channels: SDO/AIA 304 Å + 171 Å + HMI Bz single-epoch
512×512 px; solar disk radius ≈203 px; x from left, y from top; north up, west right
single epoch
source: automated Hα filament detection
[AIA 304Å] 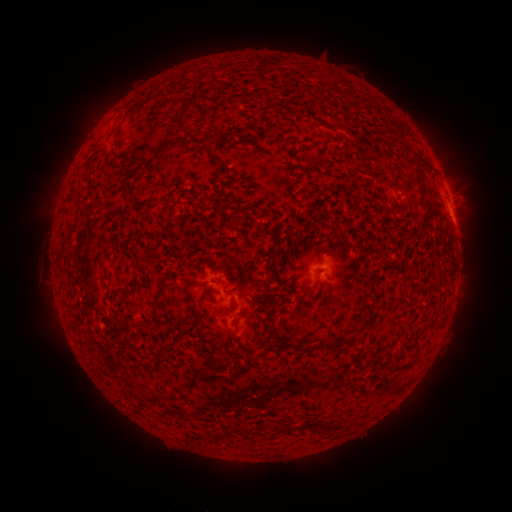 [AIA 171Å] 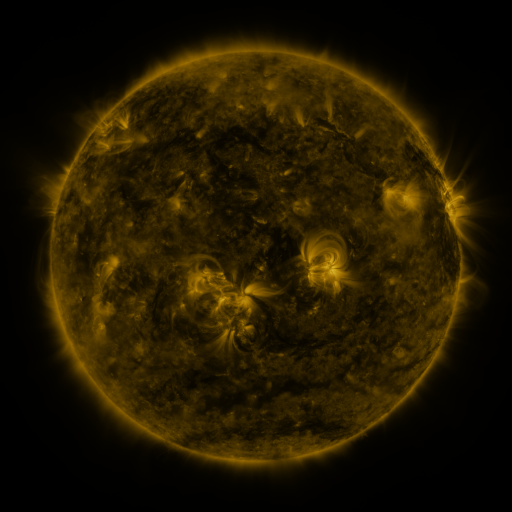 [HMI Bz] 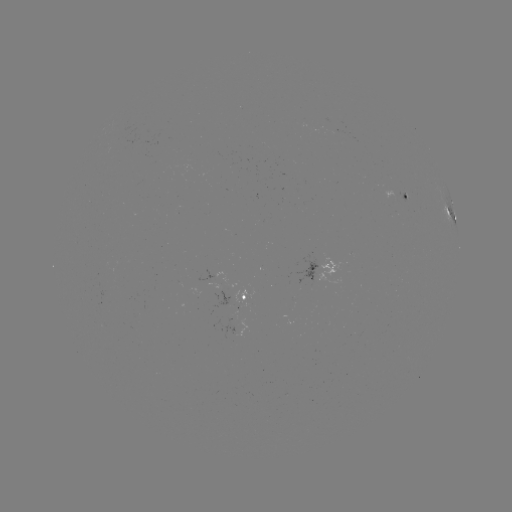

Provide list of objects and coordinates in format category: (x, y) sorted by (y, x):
filament: (183, 116)
filament: (211, 145)
filament: (417, 160)
filament: (214, 161)
filament: (415, 178)
filament: (75, 231)
filament: (273, 259)
filament: (303, 288)
filament: (165, 292)
filament: (367, 321)
filament: (275, 333)
filament: (259, 341)
filament: (327, 344)
filament: (248, 346)
filament: (213, 362)
filament: (193, 383)
filament: (161, 399)
filament: (222, 435)
